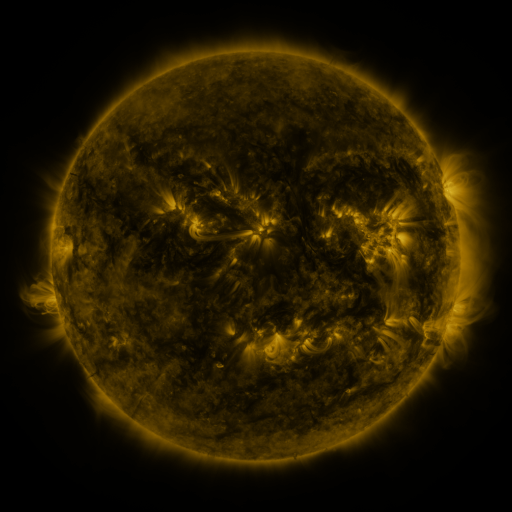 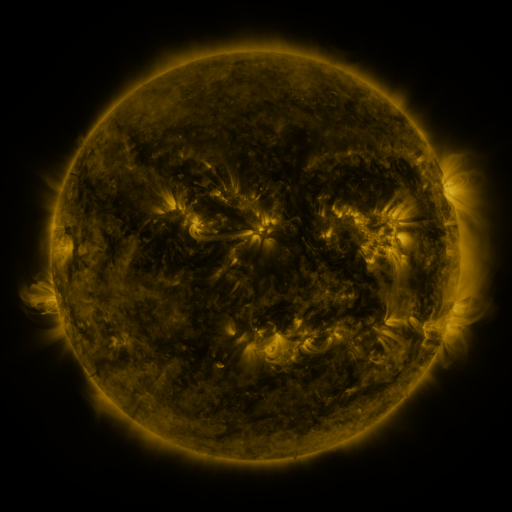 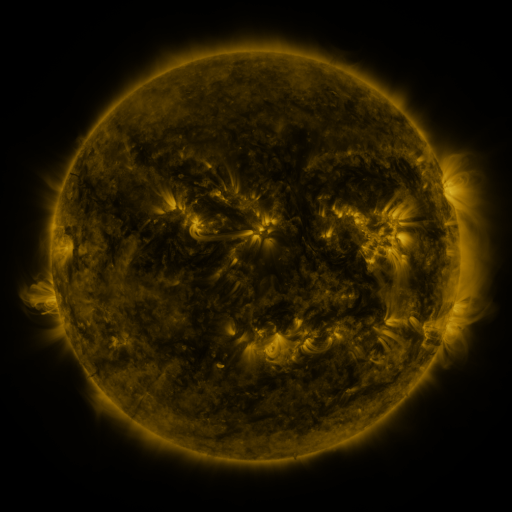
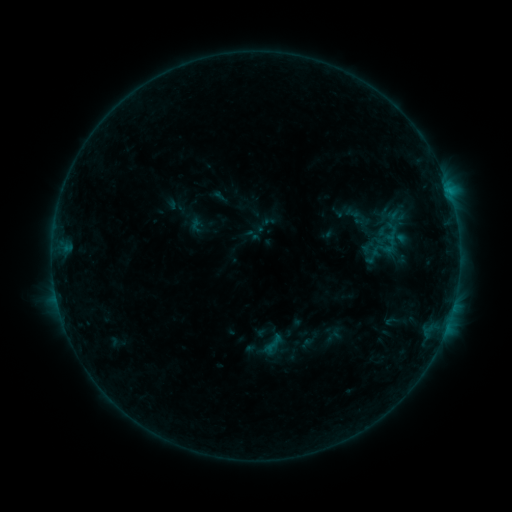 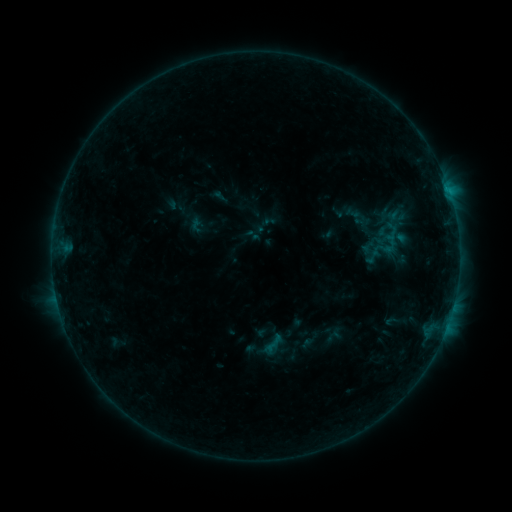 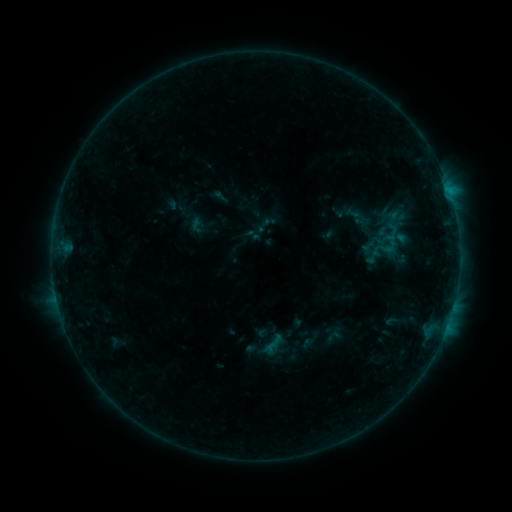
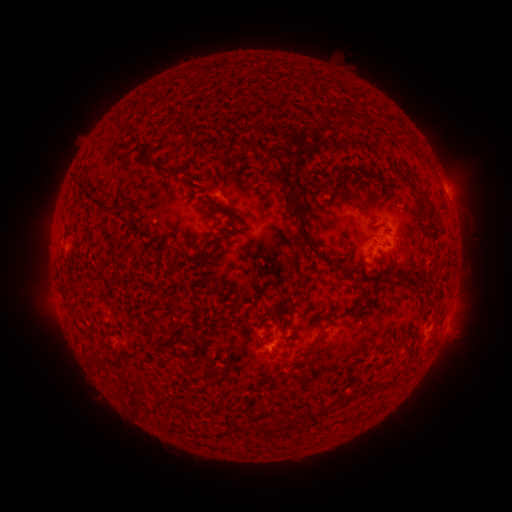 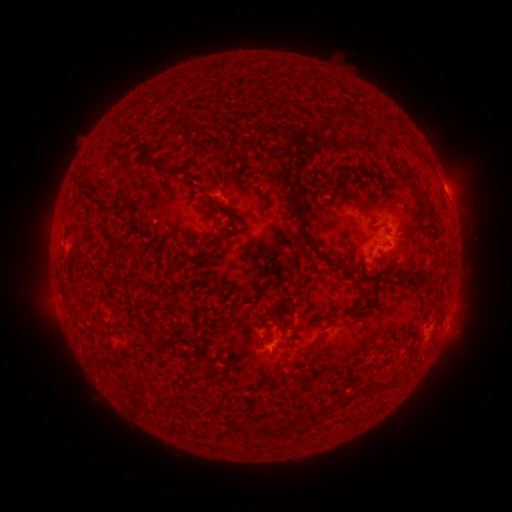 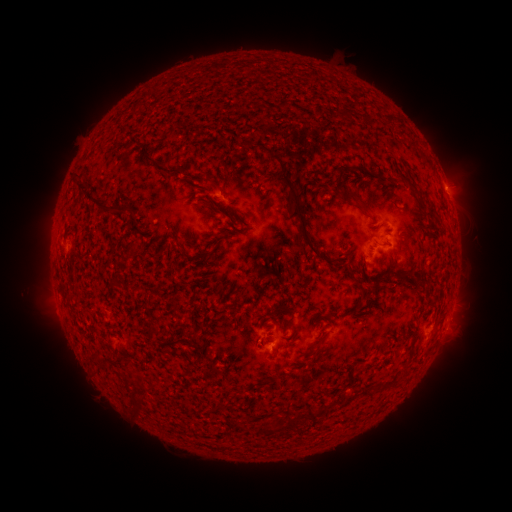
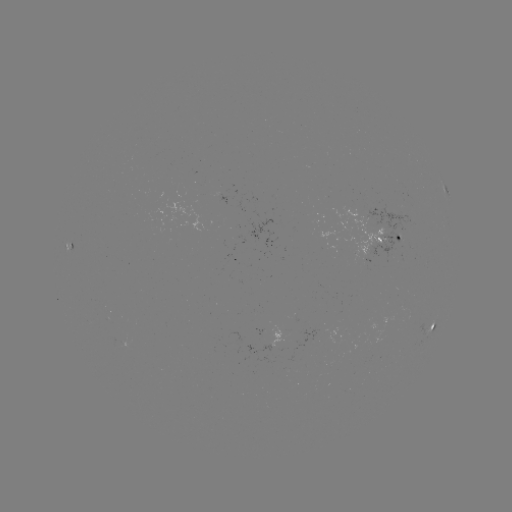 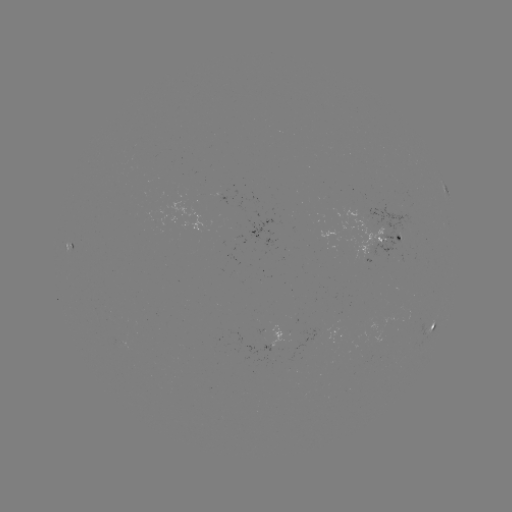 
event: flare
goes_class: B4.3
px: (397, 237)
